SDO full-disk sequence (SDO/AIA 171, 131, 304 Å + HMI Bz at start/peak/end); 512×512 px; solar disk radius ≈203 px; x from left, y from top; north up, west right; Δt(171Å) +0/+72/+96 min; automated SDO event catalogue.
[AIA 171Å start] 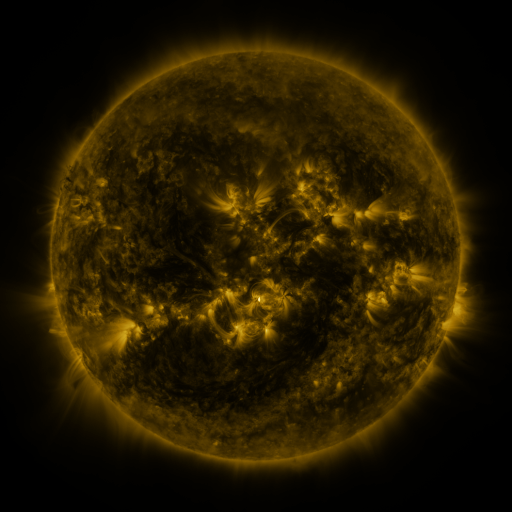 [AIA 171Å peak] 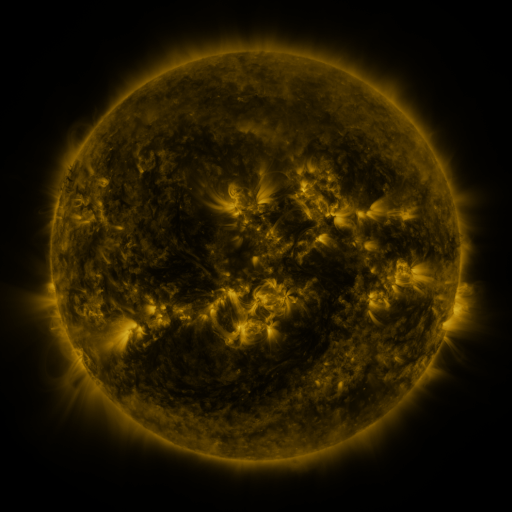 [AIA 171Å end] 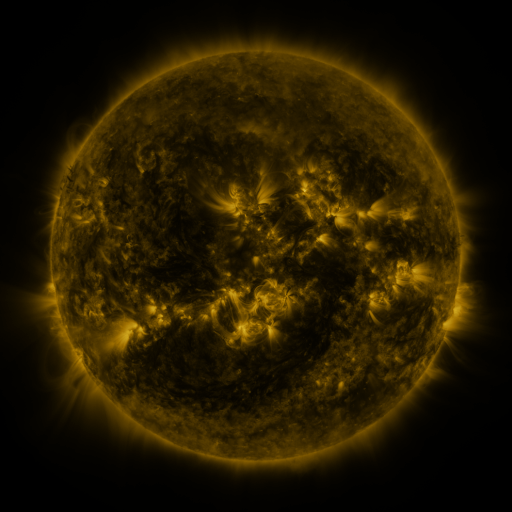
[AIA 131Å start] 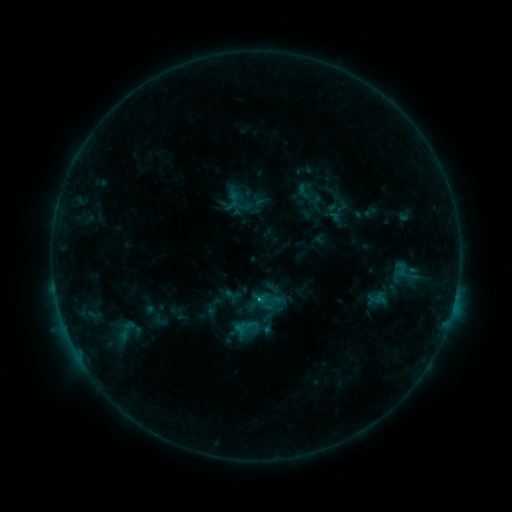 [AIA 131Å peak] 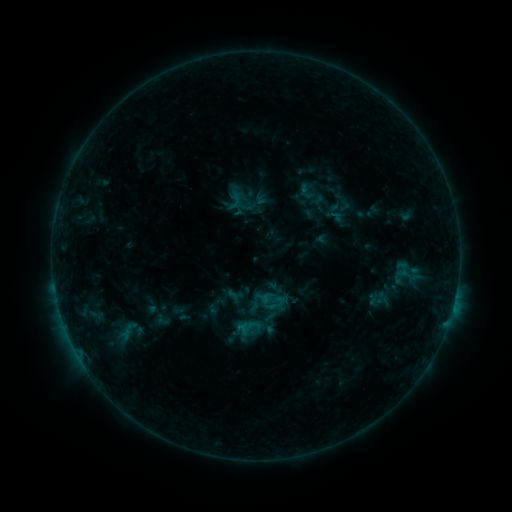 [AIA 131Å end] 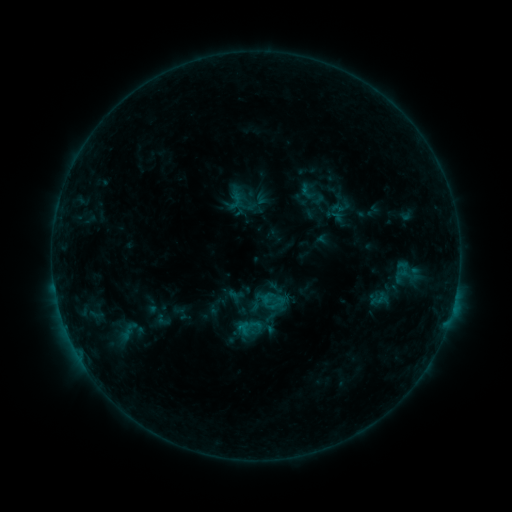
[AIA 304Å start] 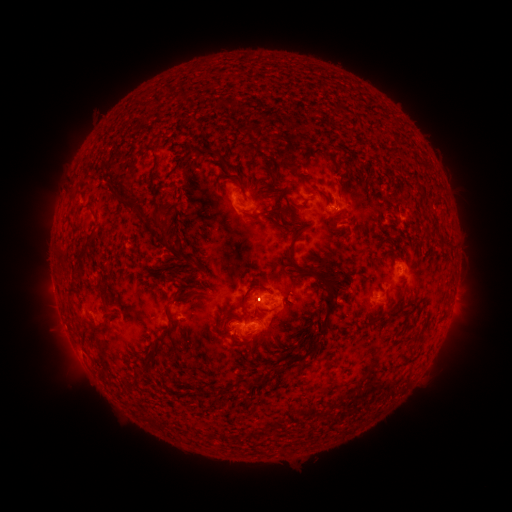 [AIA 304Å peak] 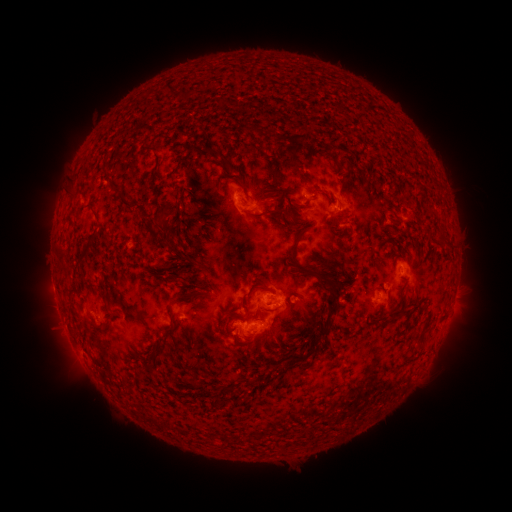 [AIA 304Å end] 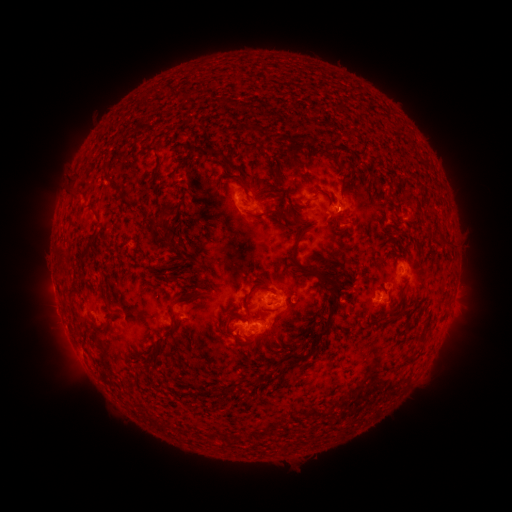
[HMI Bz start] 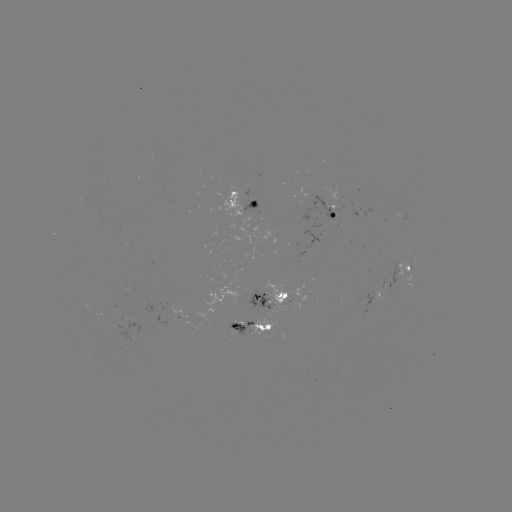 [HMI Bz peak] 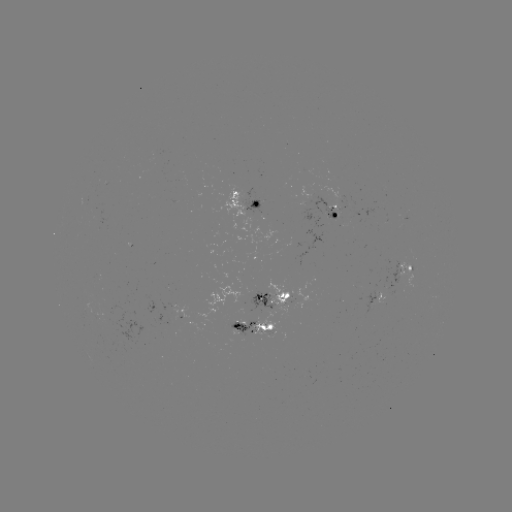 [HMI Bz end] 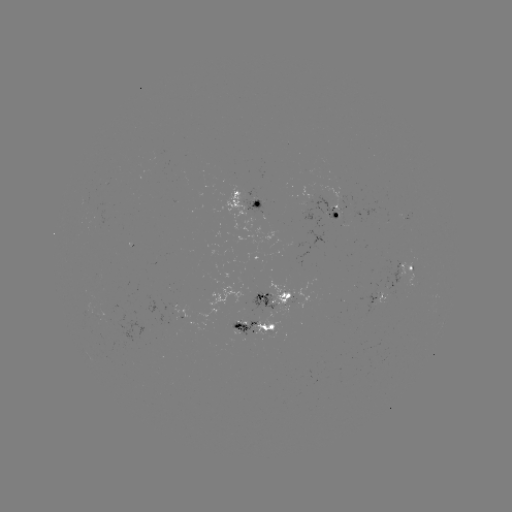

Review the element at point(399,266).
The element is emerging-flux region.